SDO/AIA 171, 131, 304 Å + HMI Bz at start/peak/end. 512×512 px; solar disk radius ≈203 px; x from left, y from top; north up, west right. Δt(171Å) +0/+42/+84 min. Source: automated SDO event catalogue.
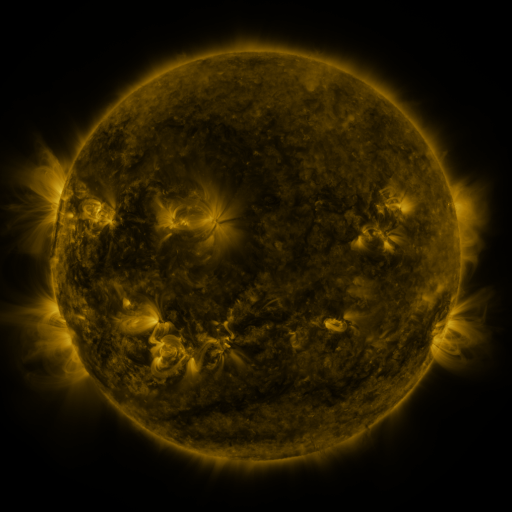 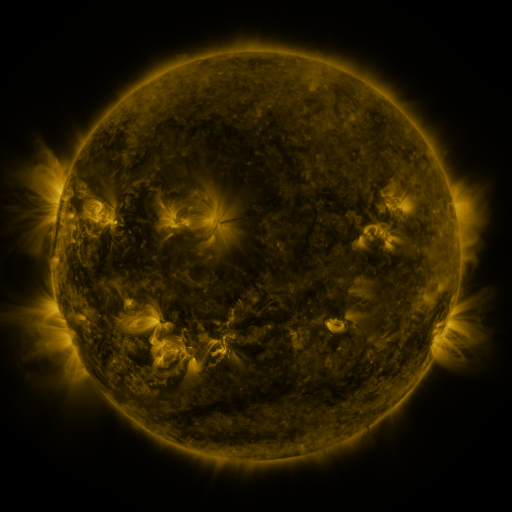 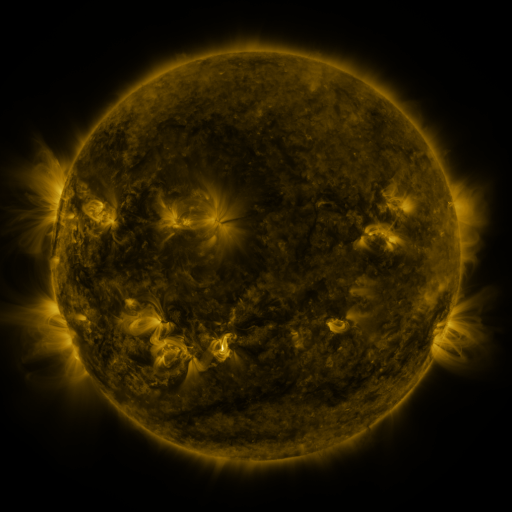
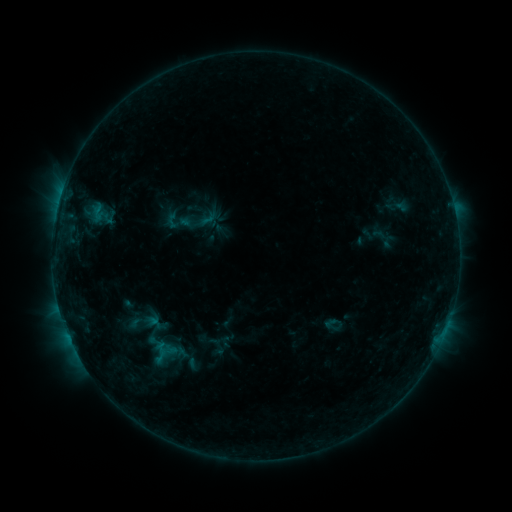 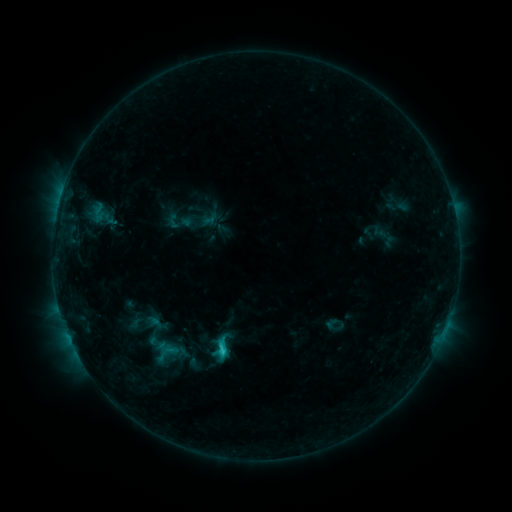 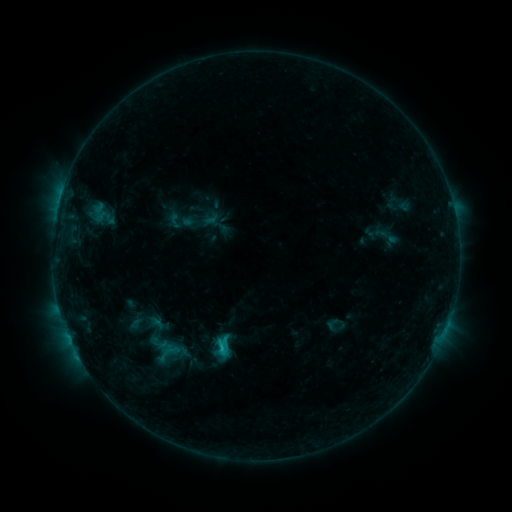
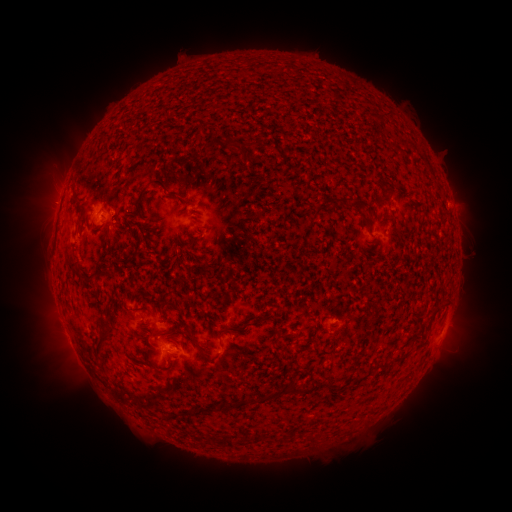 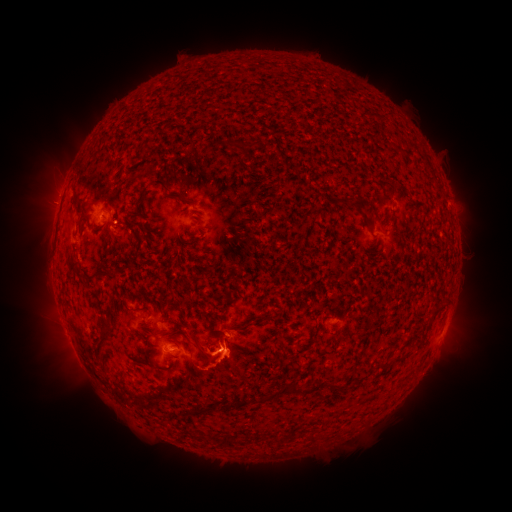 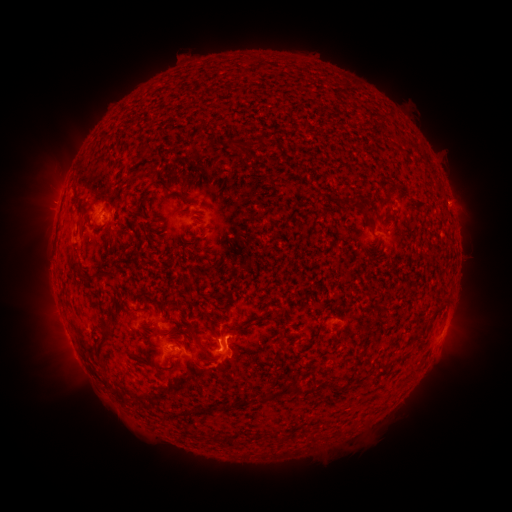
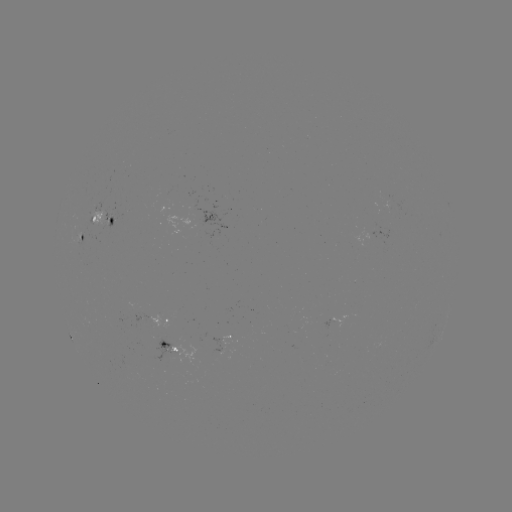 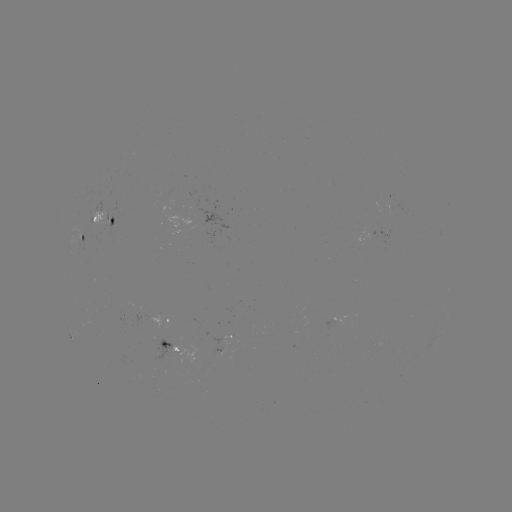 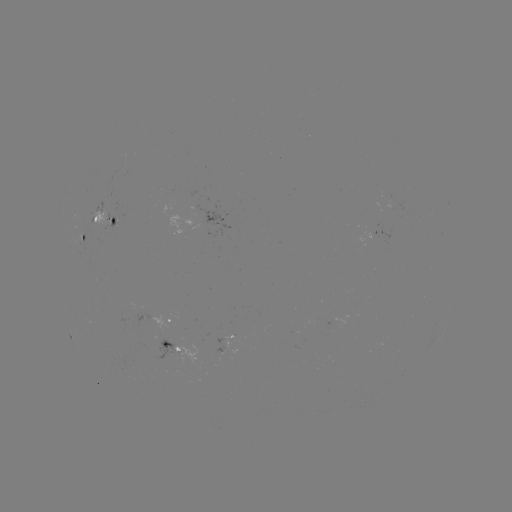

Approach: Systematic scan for C2.0 flare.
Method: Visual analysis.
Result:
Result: C2.0 flare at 223,349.